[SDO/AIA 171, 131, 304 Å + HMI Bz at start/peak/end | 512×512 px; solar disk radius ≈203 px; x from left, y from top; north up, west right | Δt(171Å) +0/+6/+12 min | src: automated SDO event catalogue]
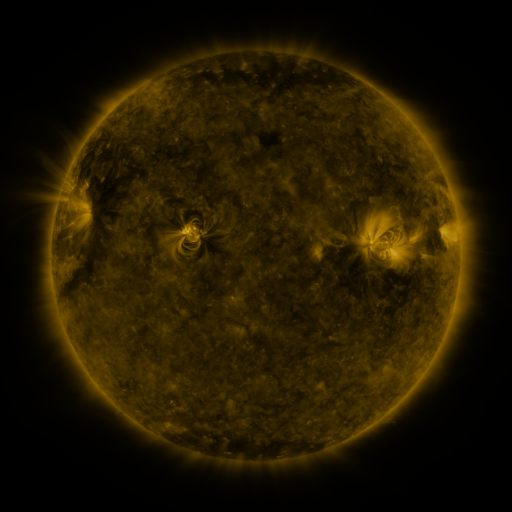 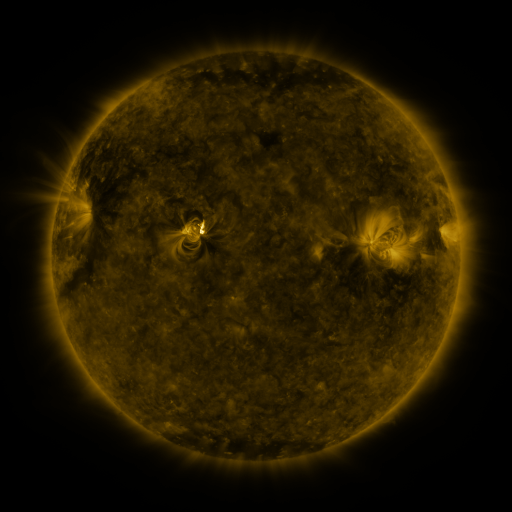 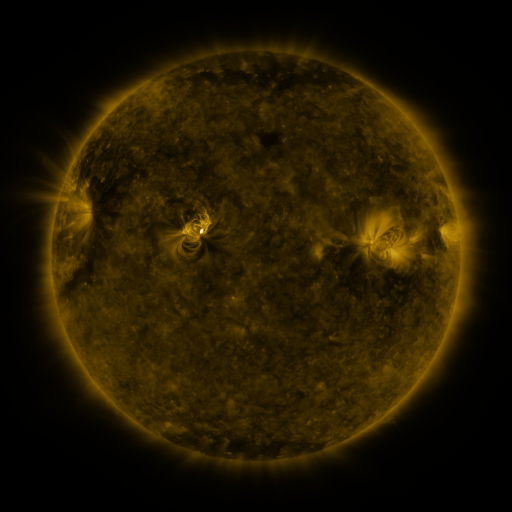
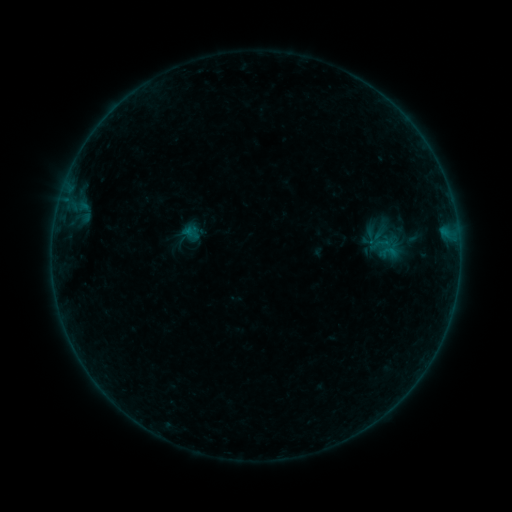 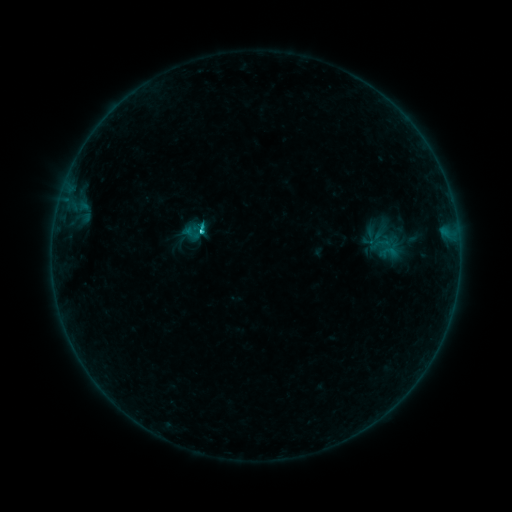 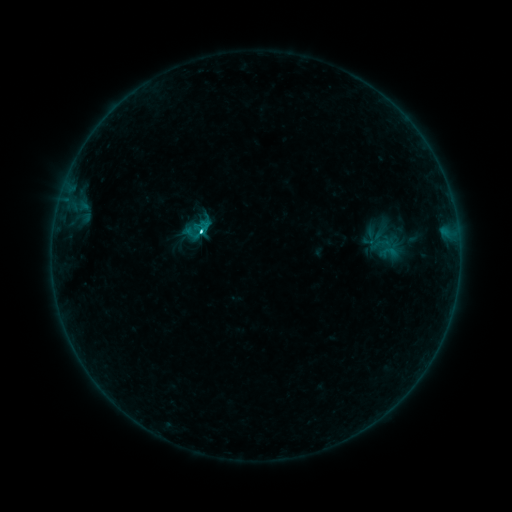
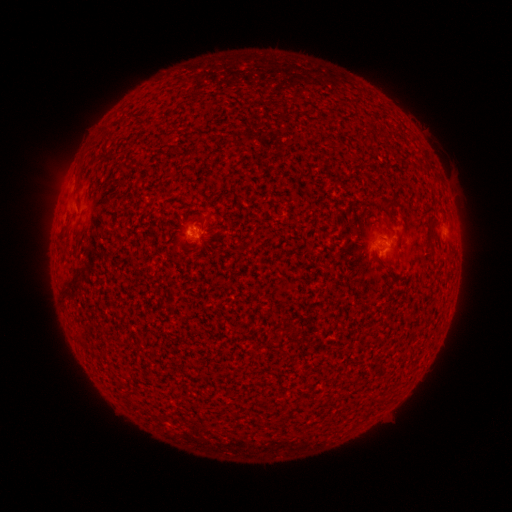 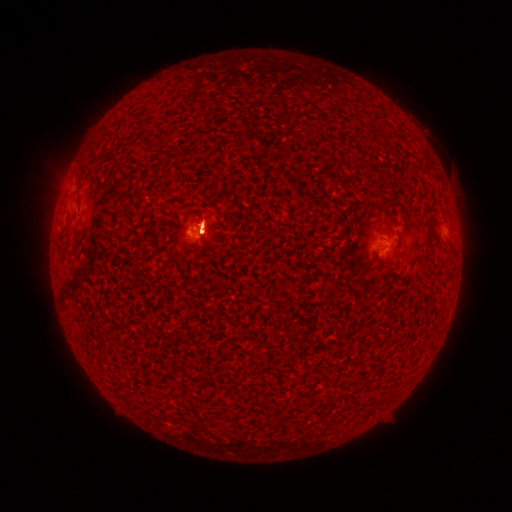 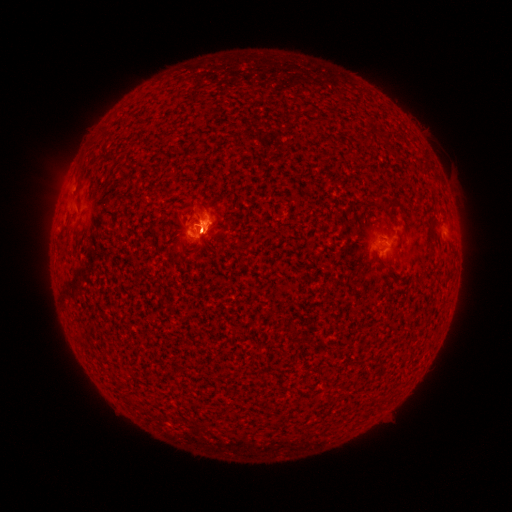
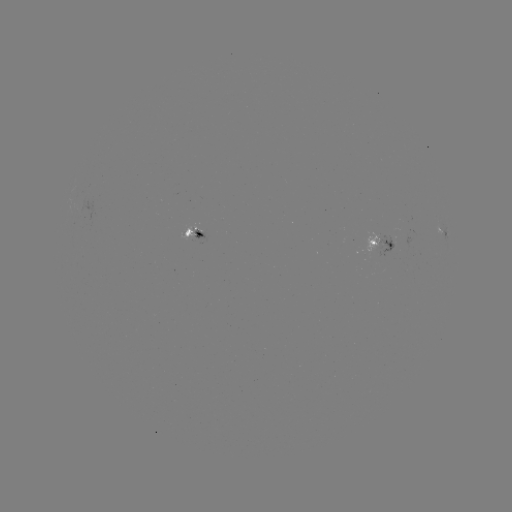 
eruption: (150, 153, 243, 301)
